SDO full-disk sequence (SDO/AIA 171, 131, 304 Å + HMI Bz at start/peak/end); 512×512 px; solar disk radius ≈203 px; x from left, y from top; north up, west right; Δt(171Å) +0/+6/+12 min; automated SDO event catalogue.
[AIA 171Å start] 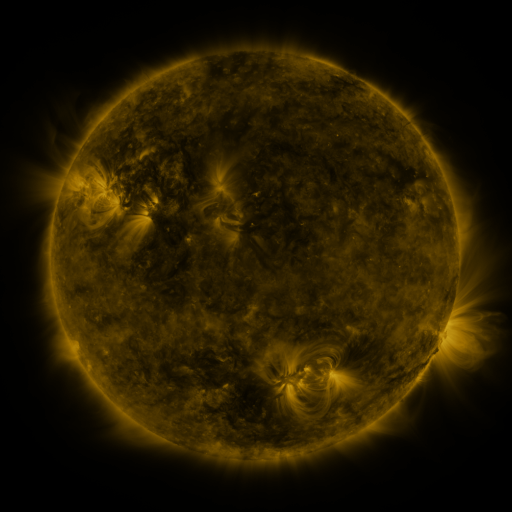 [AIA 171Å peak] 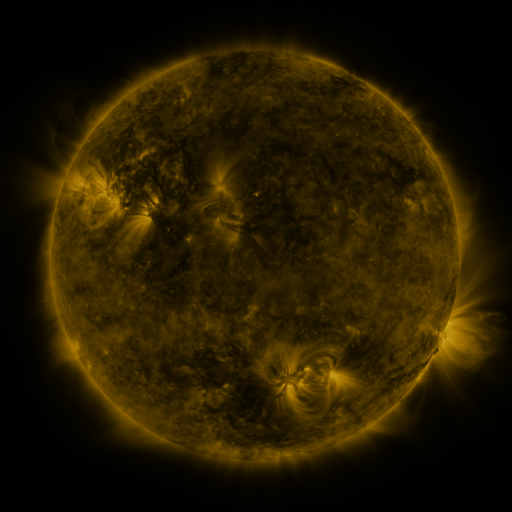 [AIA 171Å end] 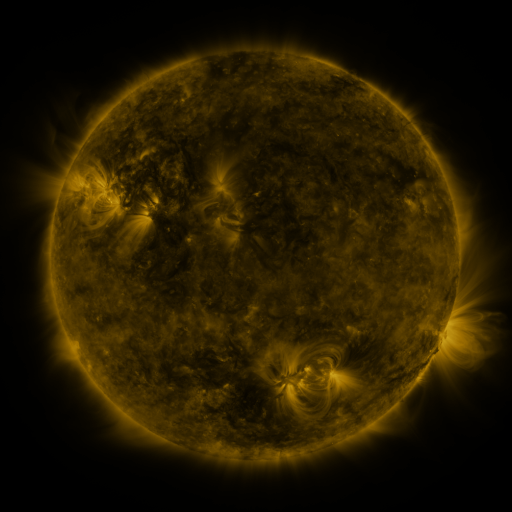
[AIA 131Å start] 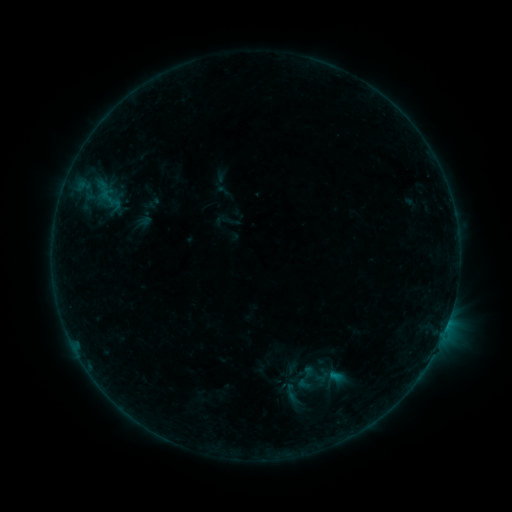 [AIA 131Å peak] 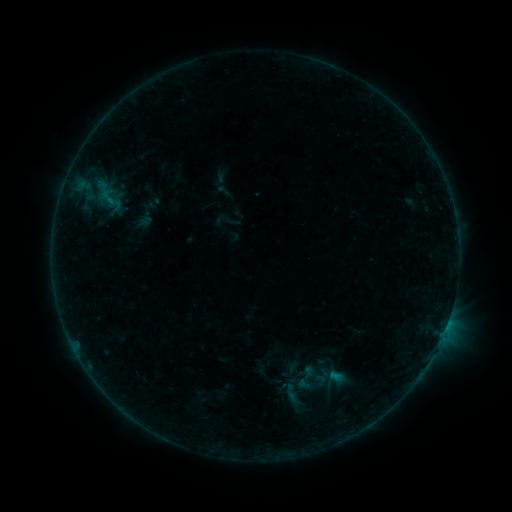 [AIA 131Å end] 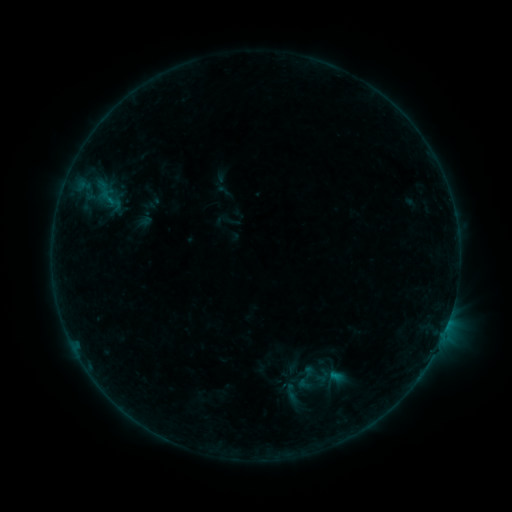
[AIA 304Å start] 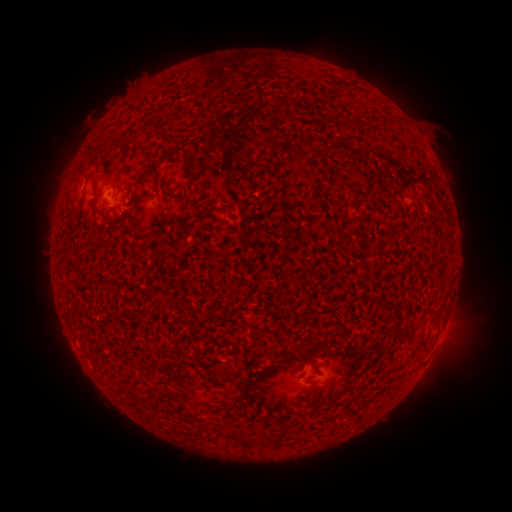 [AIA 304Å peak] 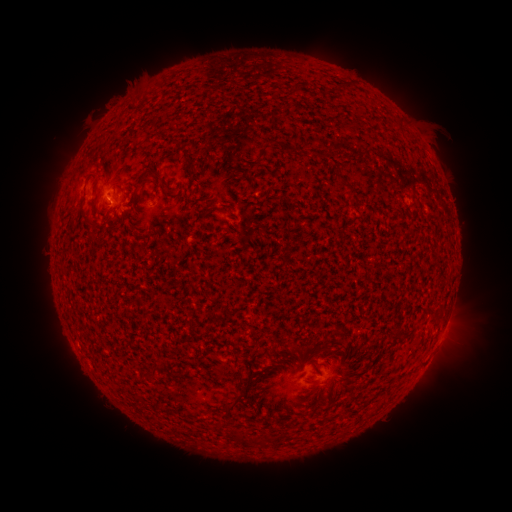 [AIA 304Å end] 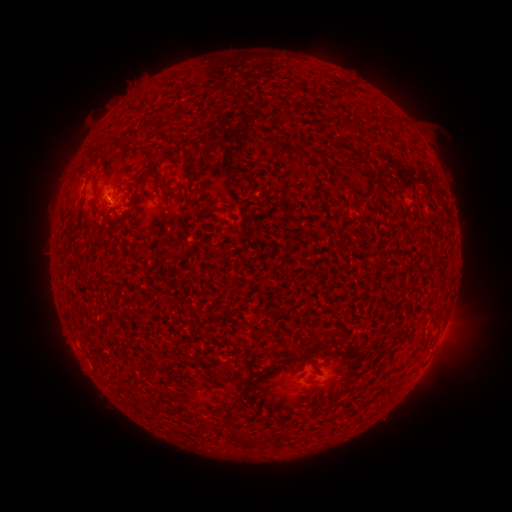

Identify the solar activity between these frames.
B1.9 flare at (111, 202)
